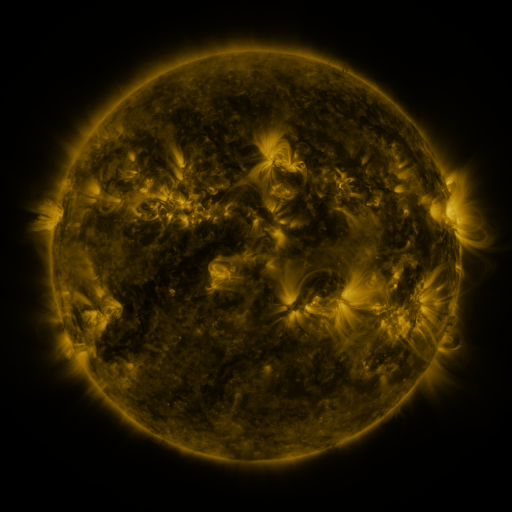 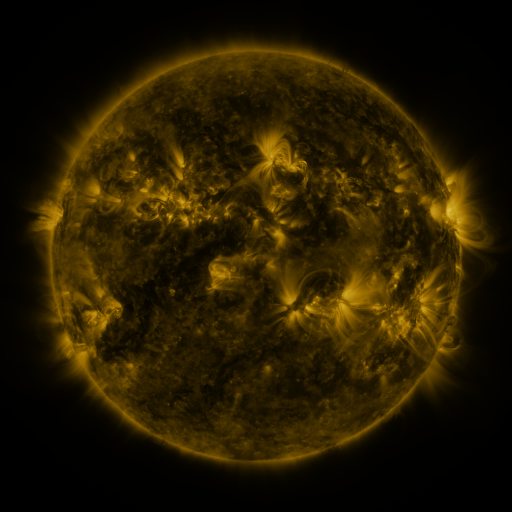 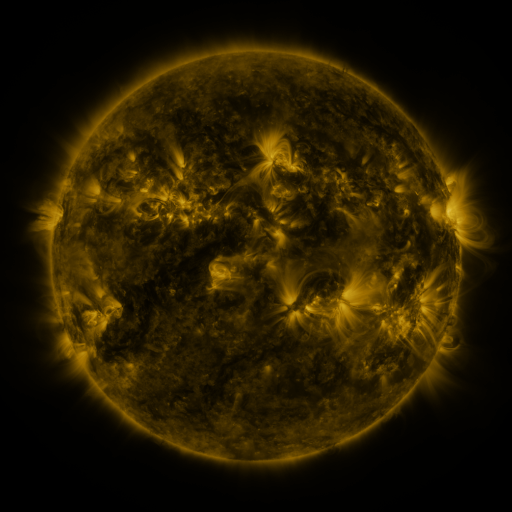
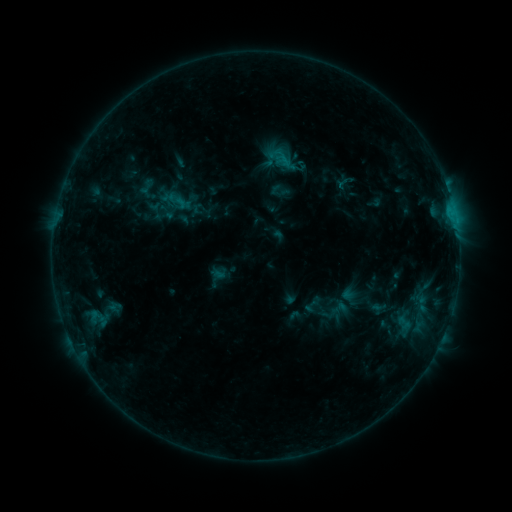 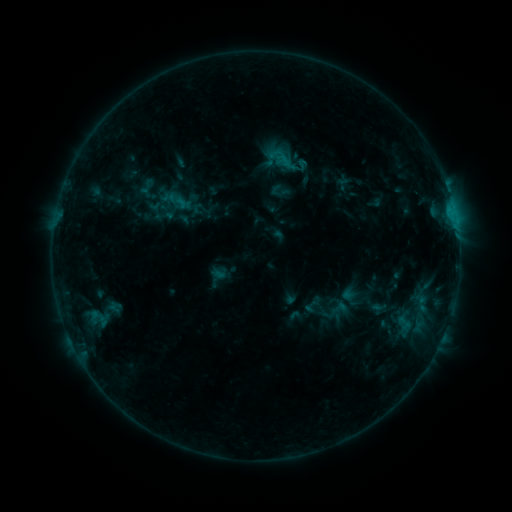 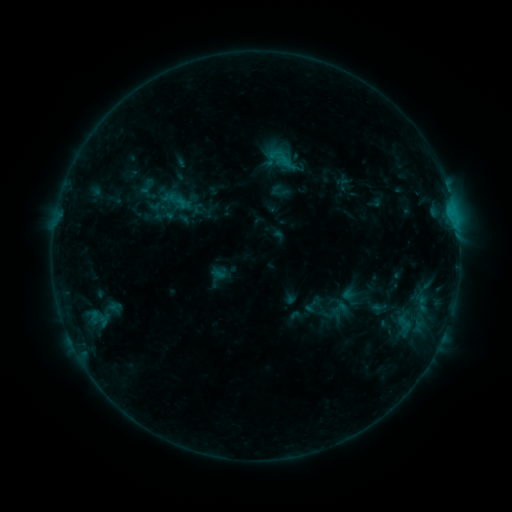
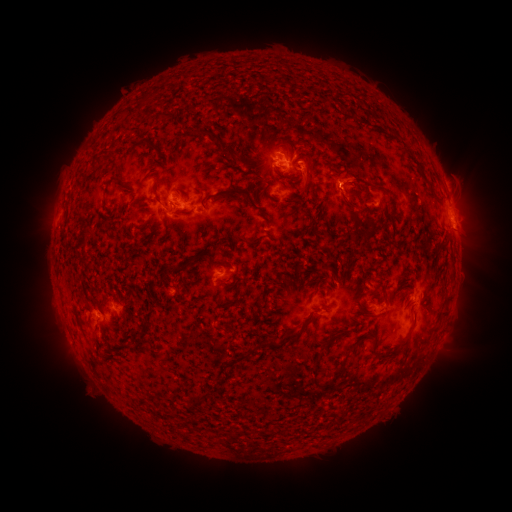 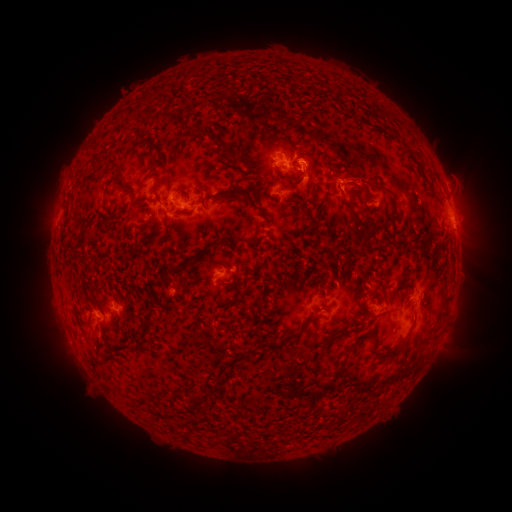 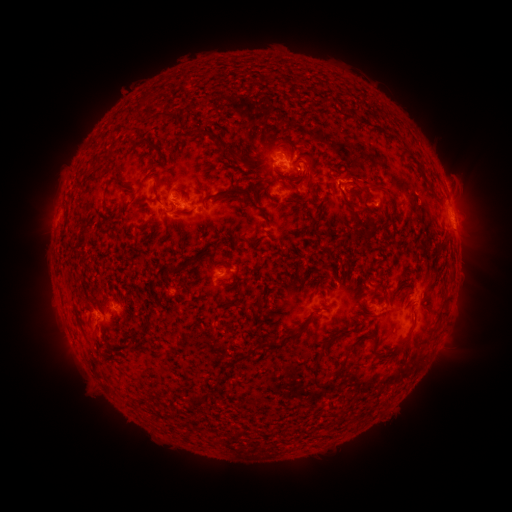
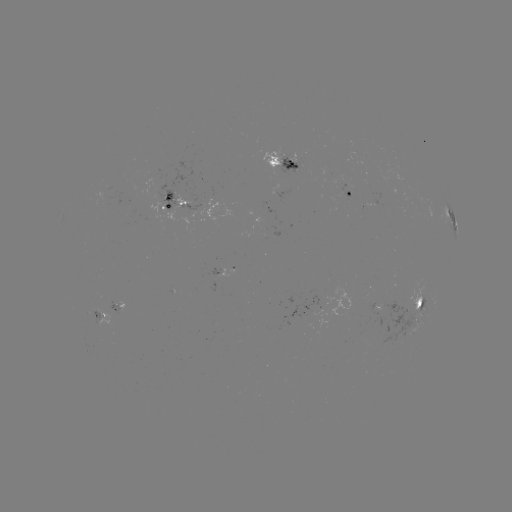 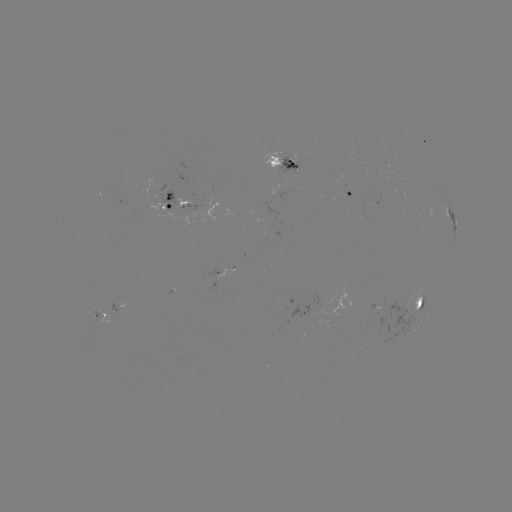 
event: eruption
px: (331, 176)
